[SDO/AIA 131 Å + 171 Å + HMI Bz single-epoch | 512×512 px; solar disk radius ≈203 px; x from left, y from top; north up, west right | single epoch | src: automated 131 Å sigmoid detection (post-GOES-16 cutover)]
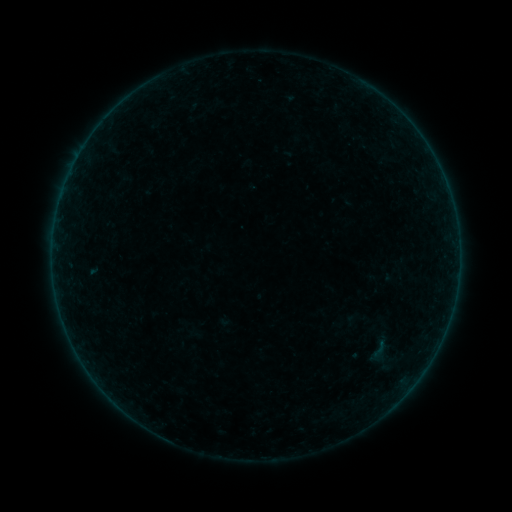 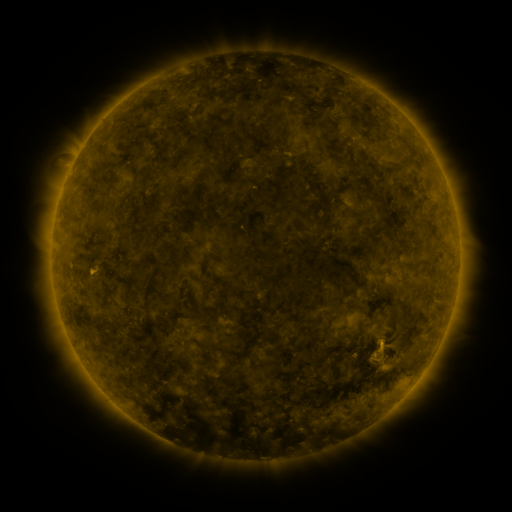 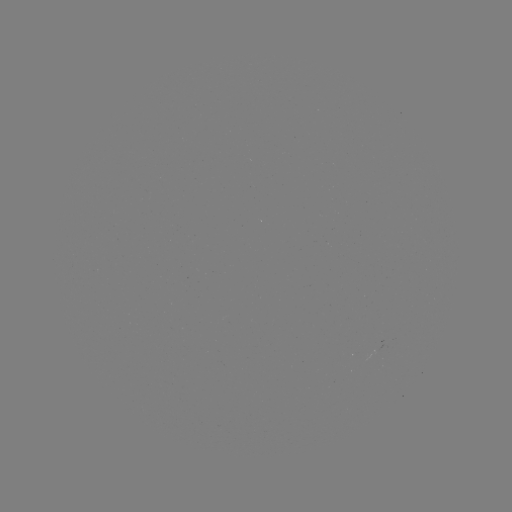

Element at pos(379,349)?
sigmoid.